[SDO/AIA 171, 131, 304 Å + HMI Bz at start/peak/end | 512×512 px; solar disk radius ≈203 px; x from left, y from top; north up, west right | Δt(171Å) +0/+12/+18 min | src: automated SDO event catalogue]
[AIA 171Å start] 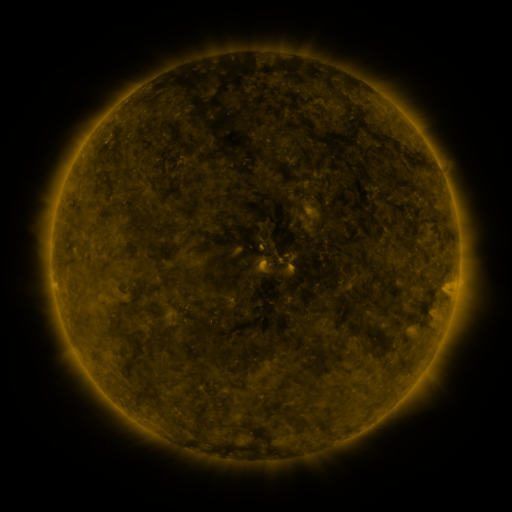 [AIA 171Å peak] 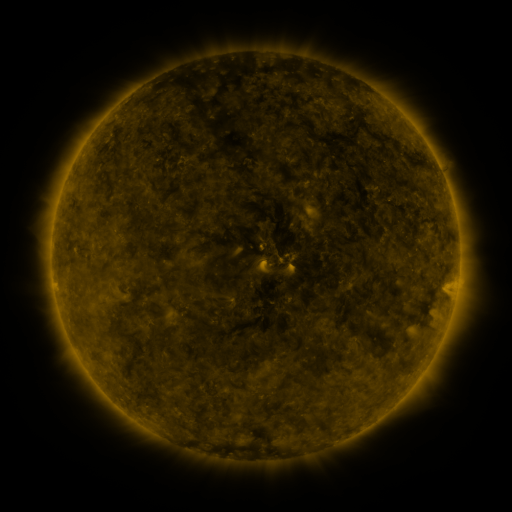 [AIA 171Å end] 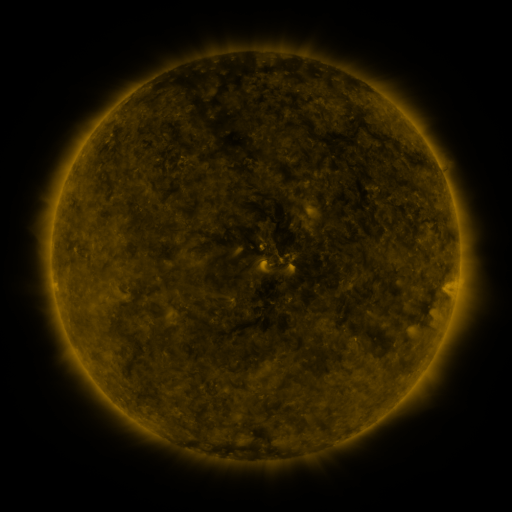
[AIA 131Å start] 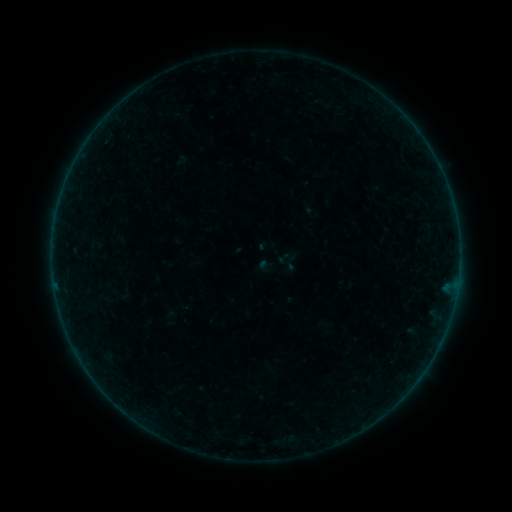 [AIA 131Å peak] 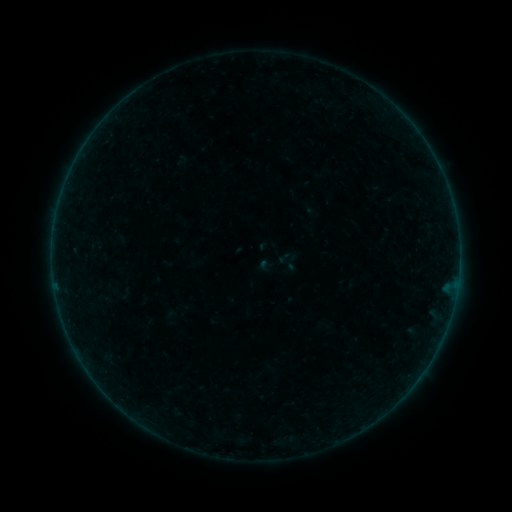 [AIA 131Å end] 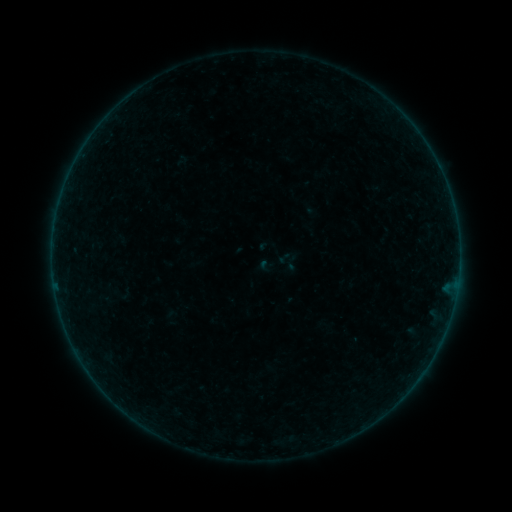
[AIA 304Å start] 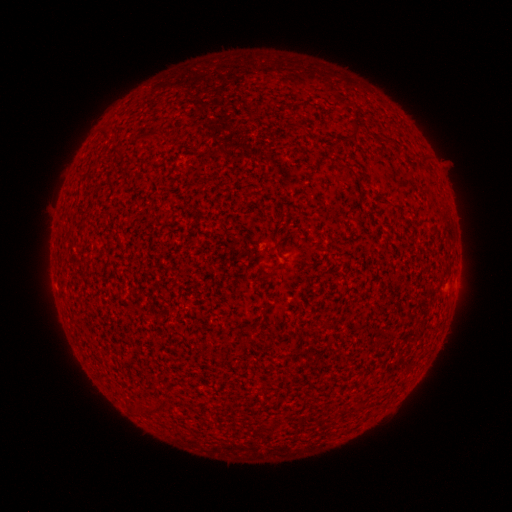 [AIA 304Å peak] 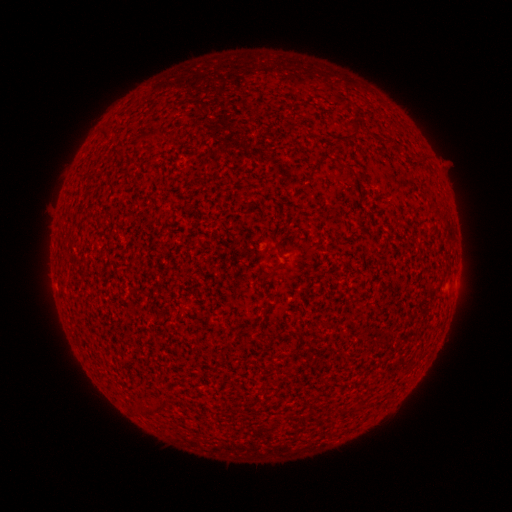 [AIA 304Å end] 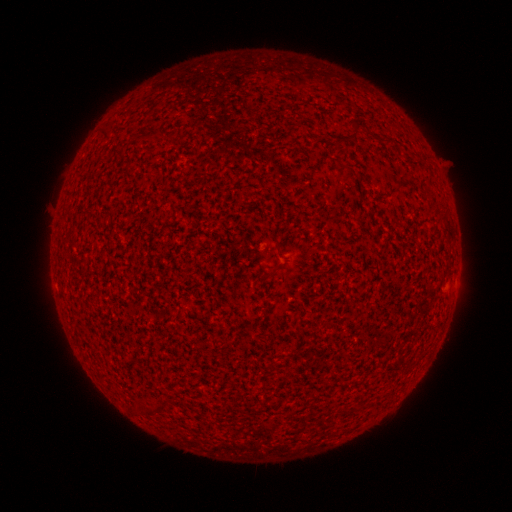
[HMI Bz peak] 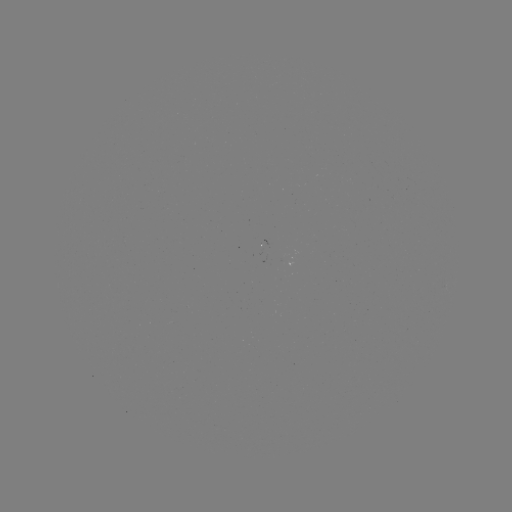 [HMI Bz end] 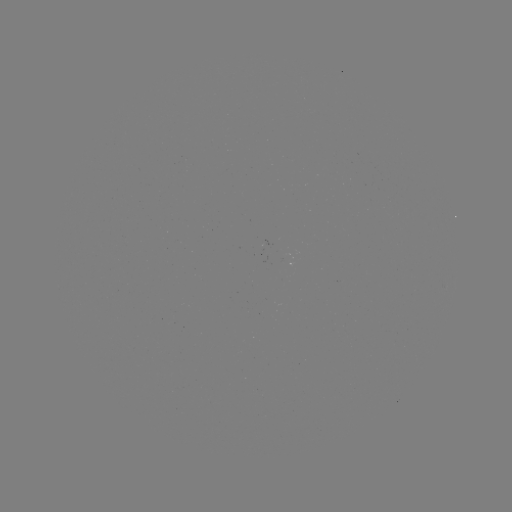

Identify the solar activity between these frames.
no catalogued flare and no flagged EUV brightening in this window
